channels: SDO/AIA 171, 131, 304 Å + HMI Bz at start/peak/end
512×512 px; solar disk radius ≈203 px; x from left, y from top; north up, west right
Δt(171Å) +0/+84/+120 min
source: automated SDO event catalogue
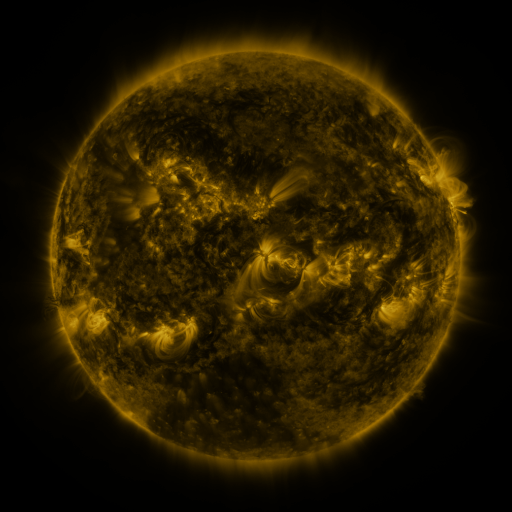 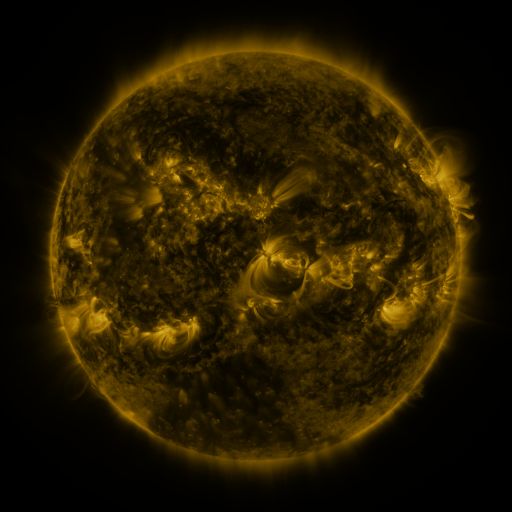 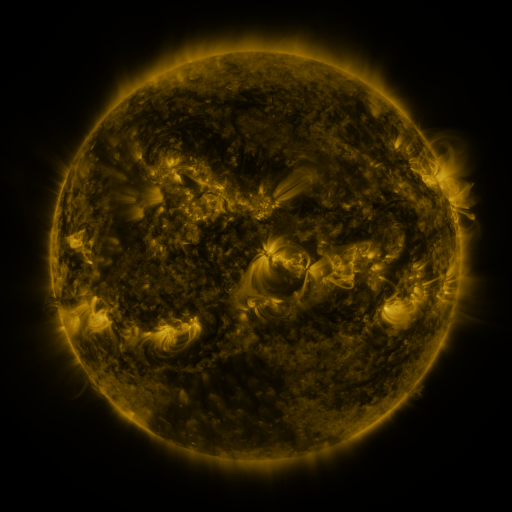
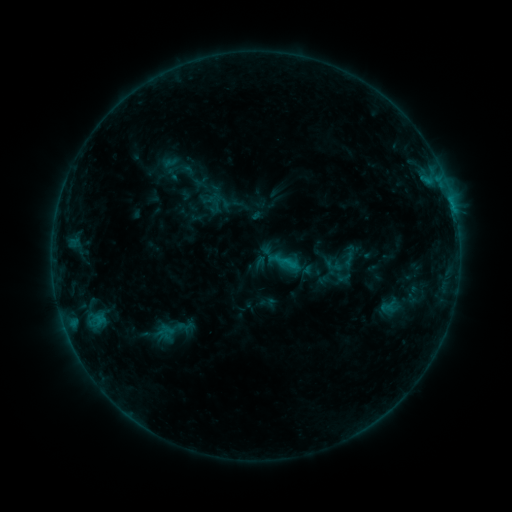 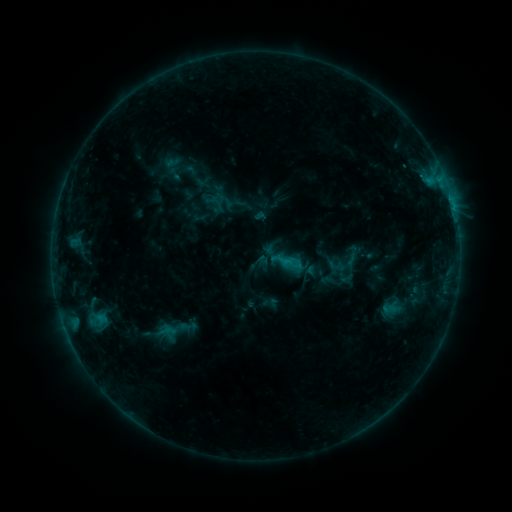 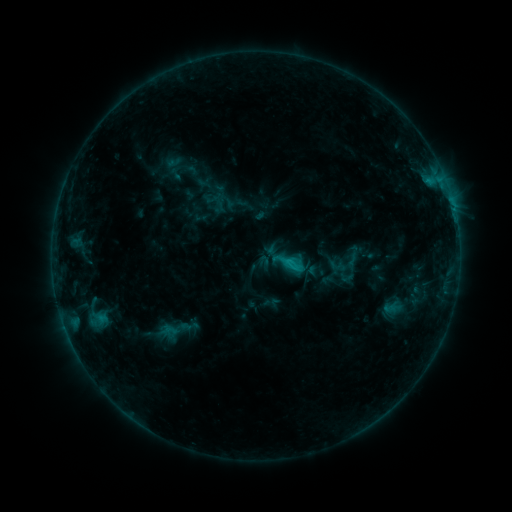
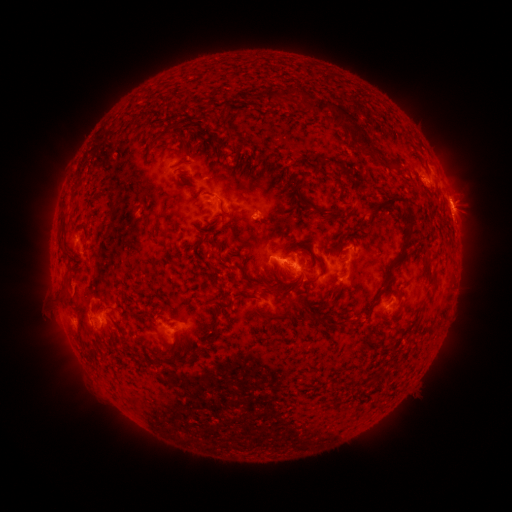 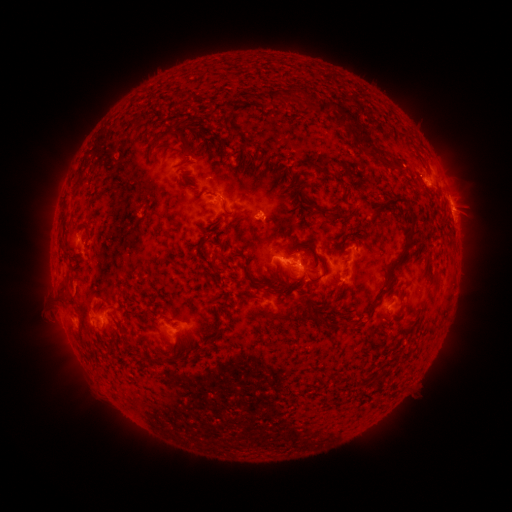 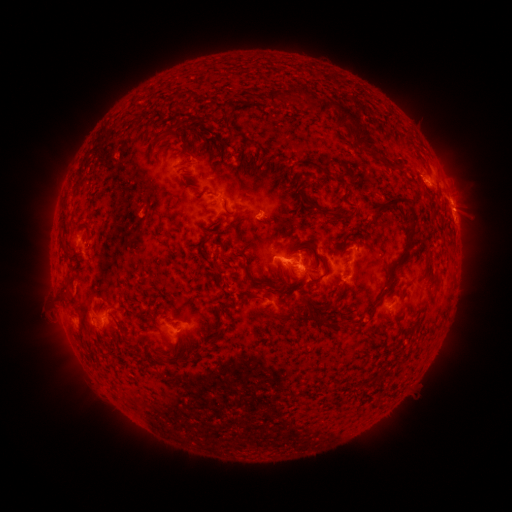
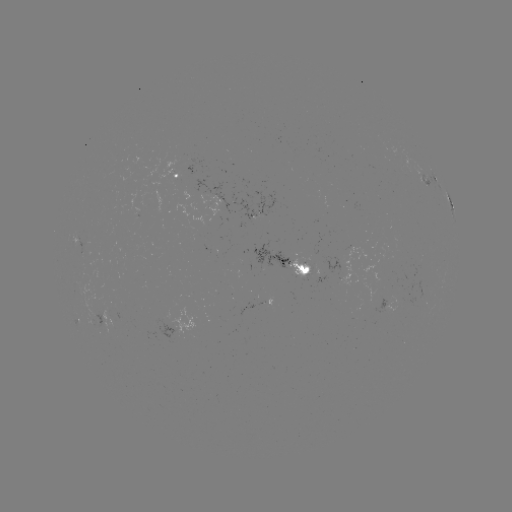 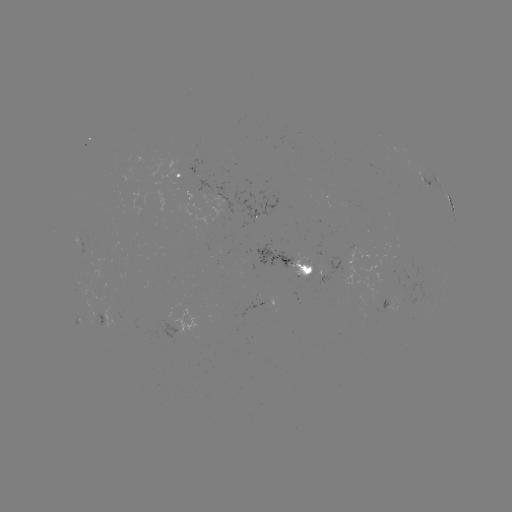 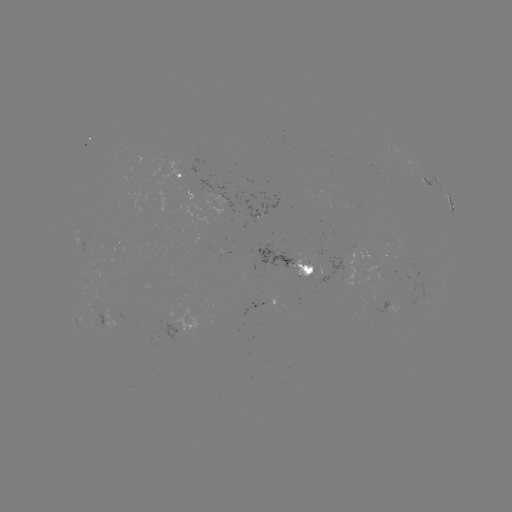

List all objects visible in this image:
emerging-flux region: (396, 154)
